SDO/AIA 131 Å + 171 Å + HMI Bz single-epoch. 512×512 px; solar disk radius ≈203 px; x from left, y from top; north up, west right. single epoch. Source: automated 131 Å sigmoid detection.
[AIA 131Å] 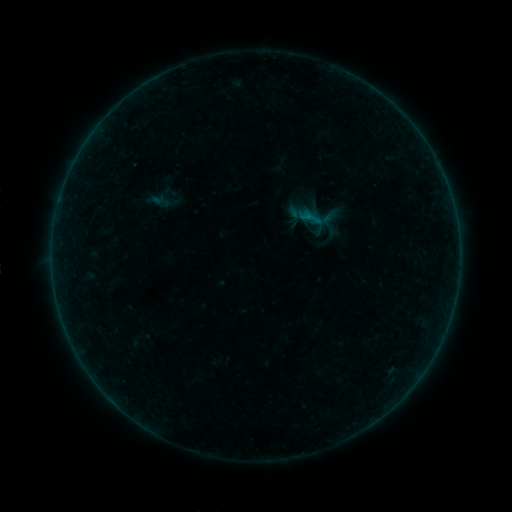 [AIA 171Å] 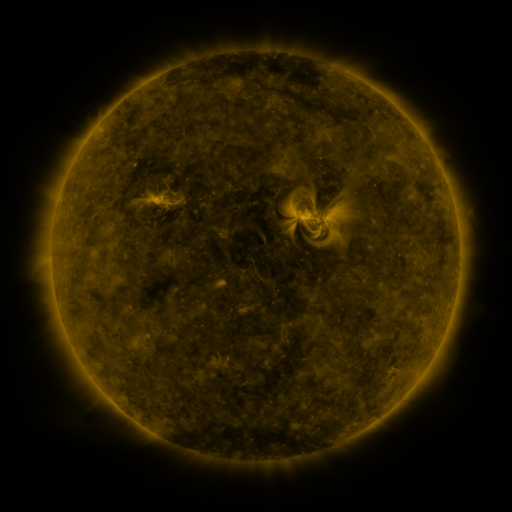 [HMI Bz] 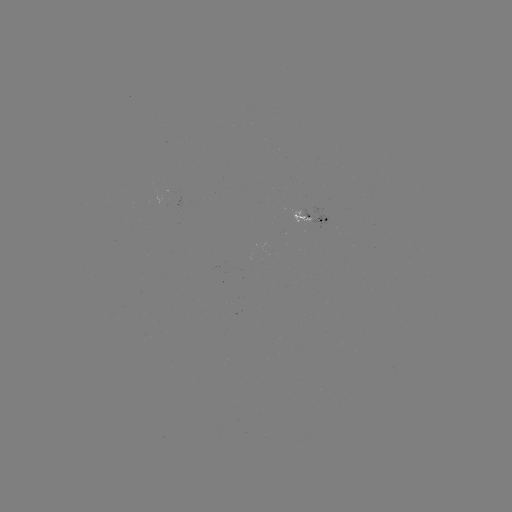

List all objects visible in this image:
sigmoid: [299, 205, 324, 230]
